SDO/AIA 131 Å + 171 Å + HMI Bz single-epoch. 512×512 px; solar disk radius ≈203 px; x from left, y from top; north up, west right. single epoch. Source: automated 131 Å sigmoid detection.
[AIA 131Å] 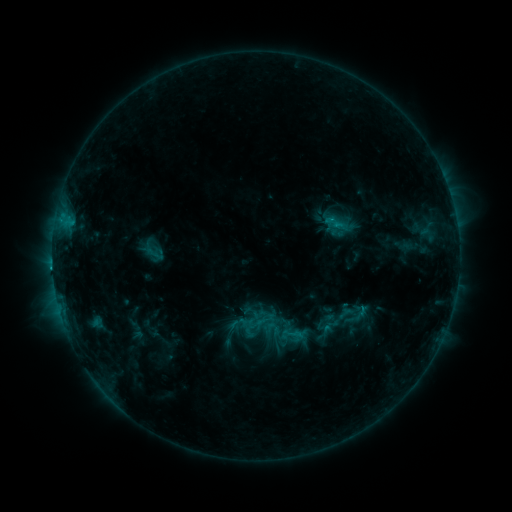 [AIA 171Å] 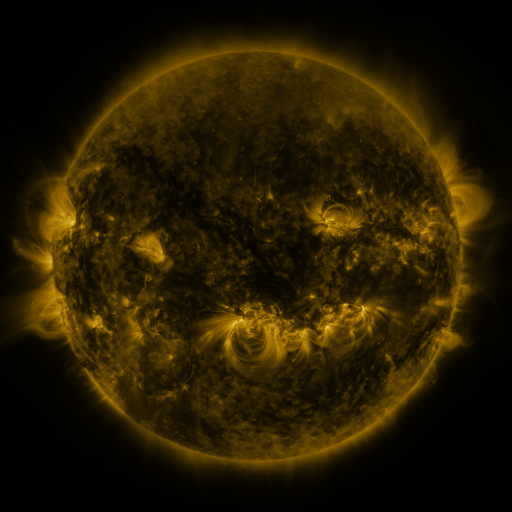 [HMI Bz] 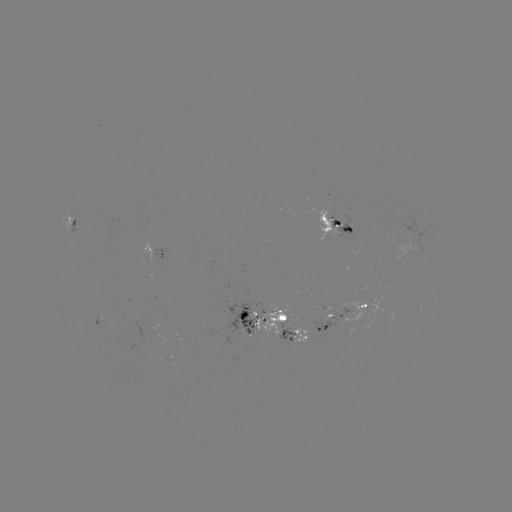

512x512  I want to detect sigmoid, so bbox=[319, 212, 356, 242].